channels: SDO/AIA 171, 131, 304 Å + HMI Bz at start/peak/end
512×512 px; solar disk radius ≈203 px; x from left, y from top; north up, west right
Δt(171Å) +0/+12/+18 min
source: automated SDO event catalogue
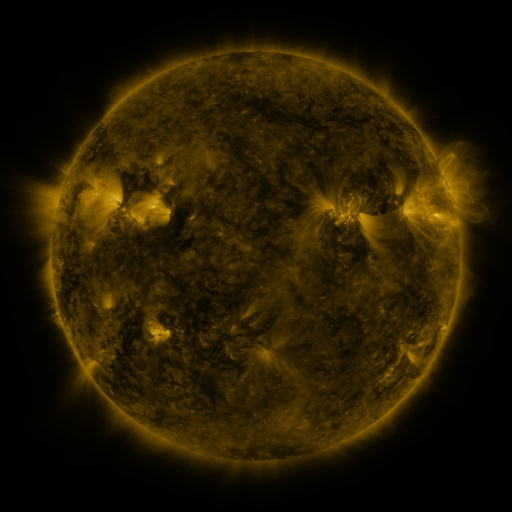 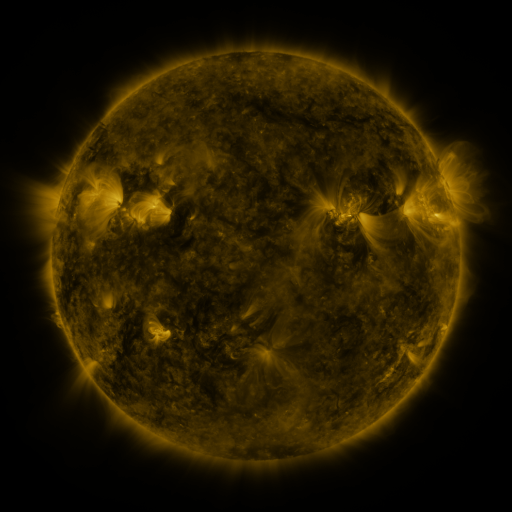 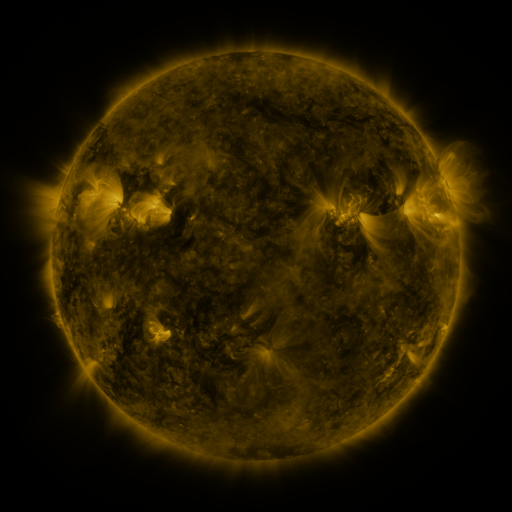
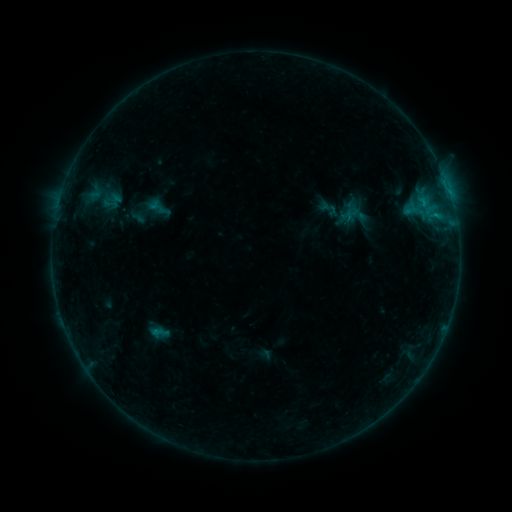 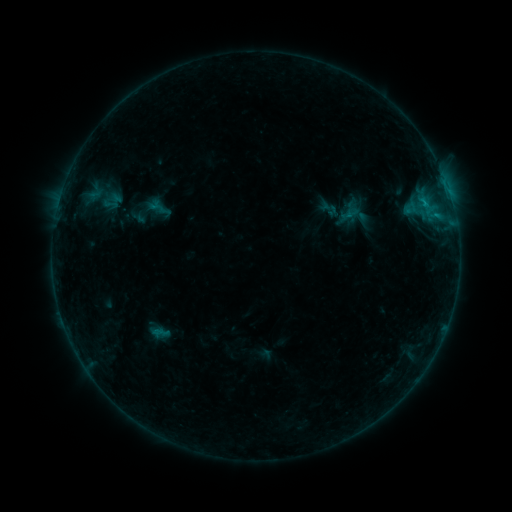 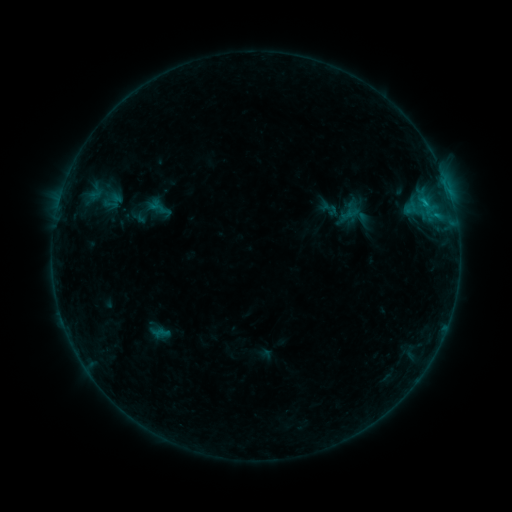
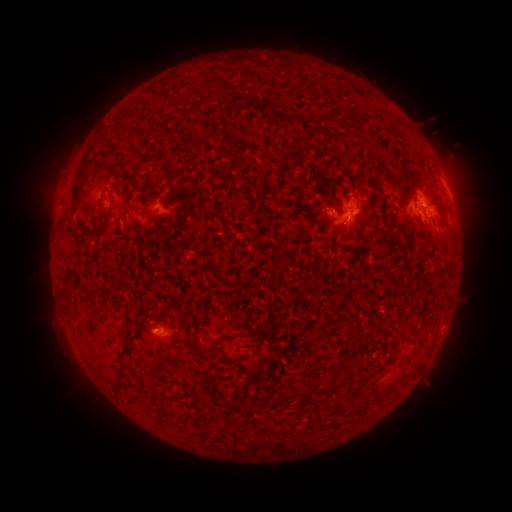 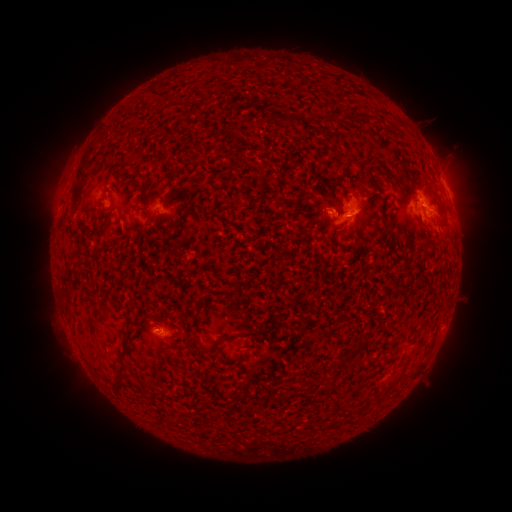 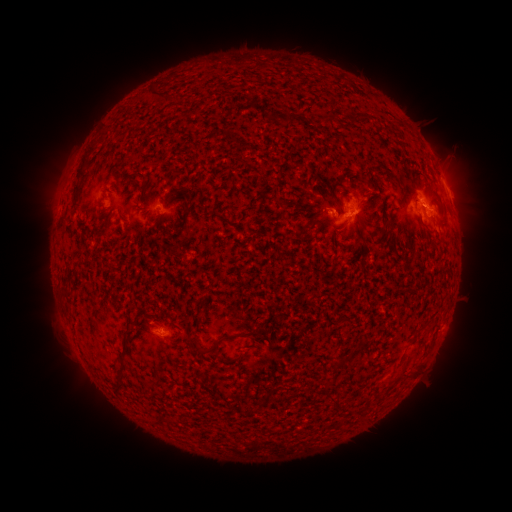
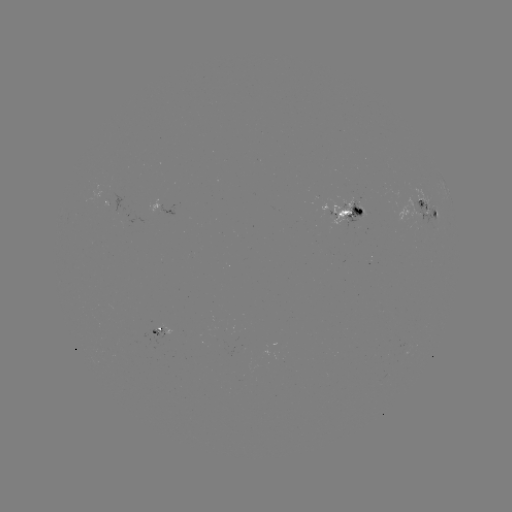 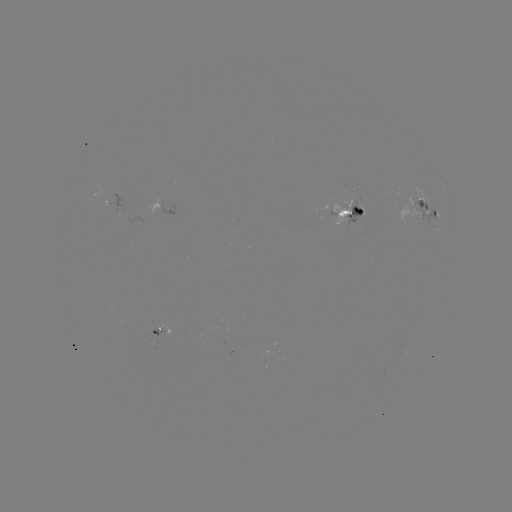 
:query B8.0 flare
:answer (424, 207)